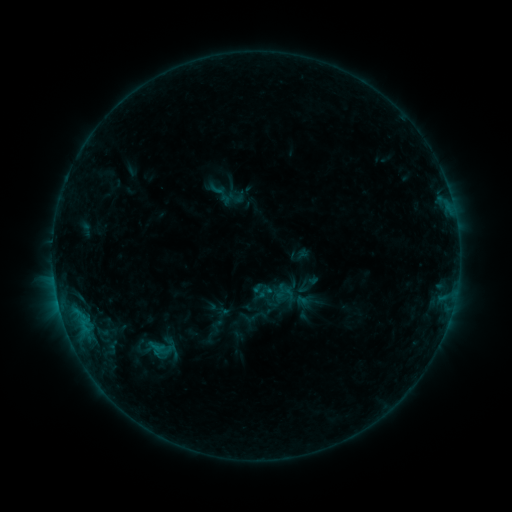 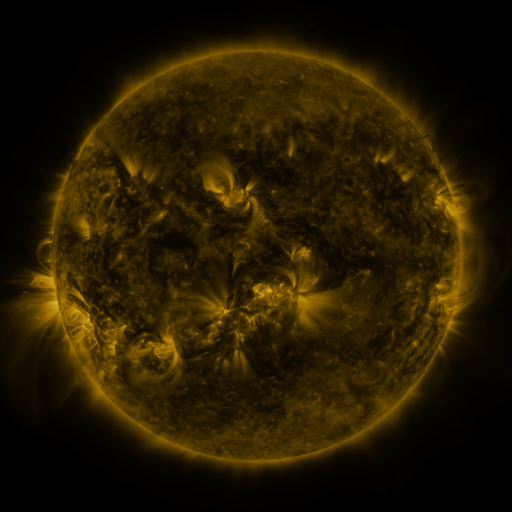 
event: sigmoid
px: (302, 287)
